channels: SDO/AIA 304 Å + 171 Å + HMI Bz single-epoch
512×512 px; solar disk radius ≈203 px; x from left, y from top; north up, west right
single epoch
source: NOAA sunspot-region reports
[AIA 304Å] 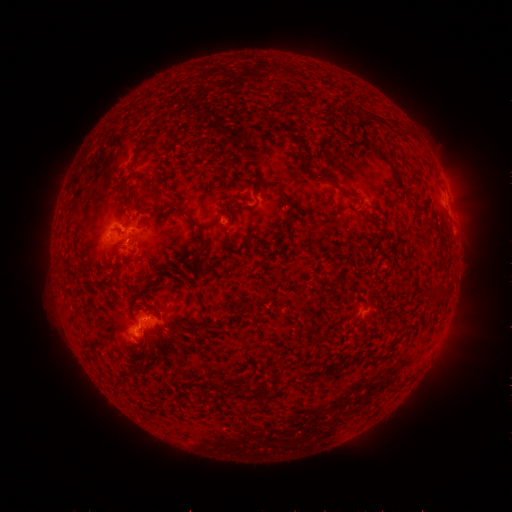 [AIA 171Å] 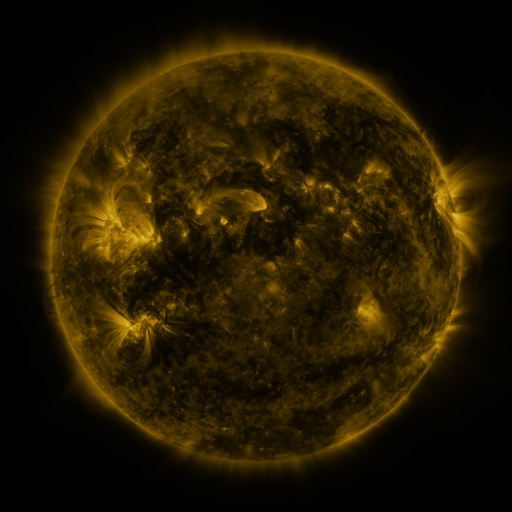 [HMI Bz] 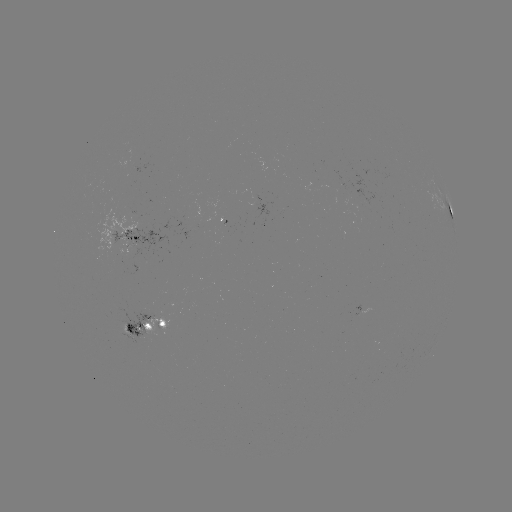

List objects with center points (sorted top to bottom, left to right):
spotted active region: (450, 212)
spotted active region: (133, 239)
spotted active region: (147, 326)
